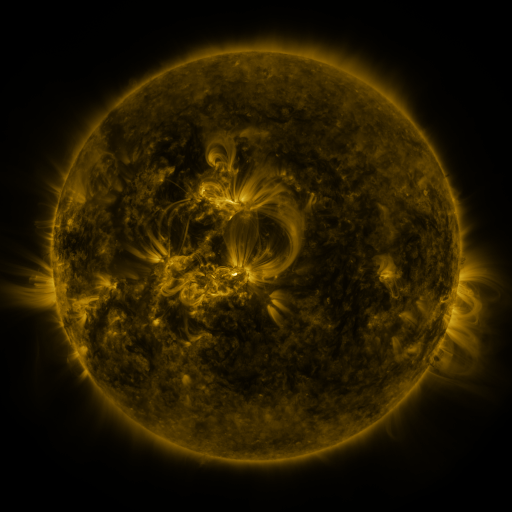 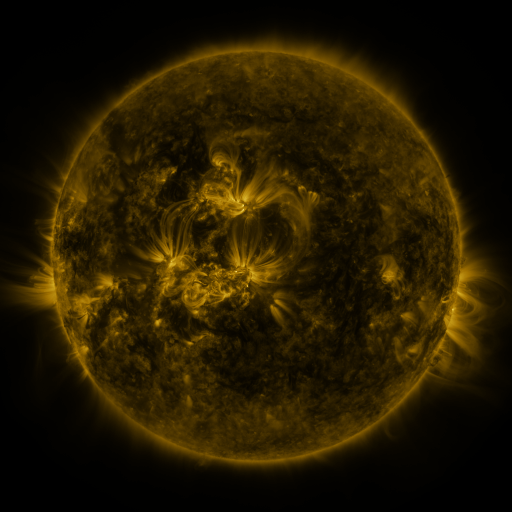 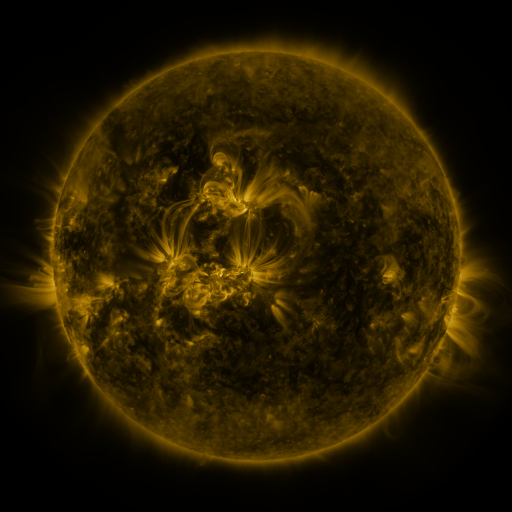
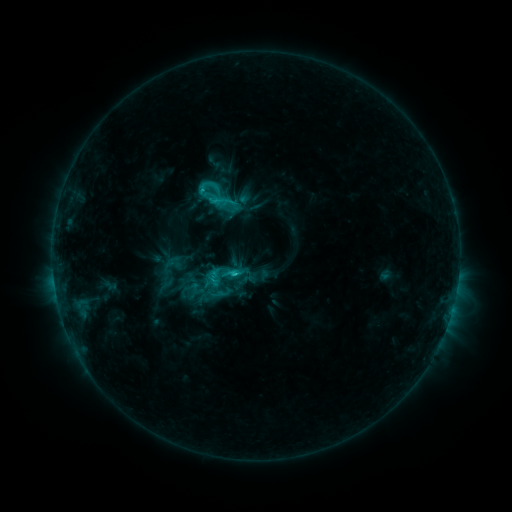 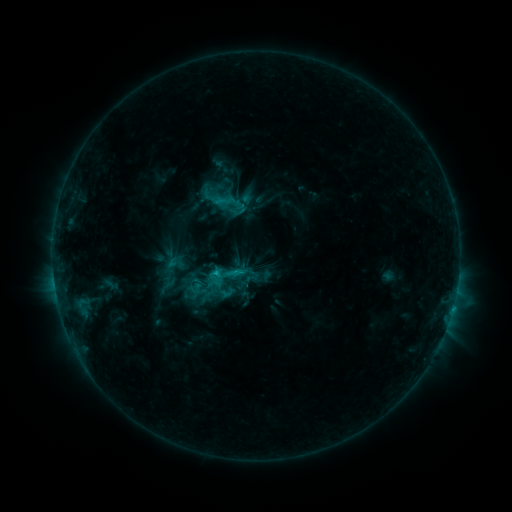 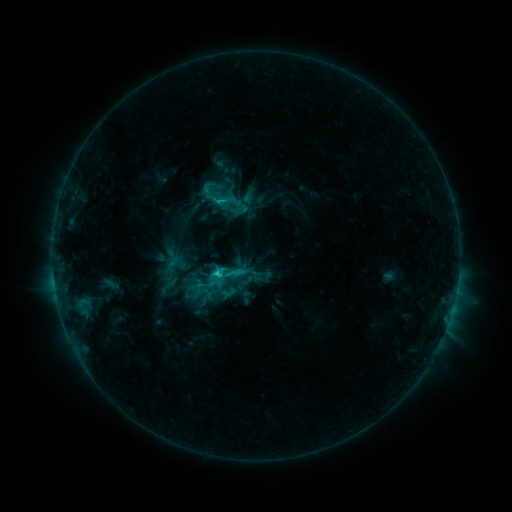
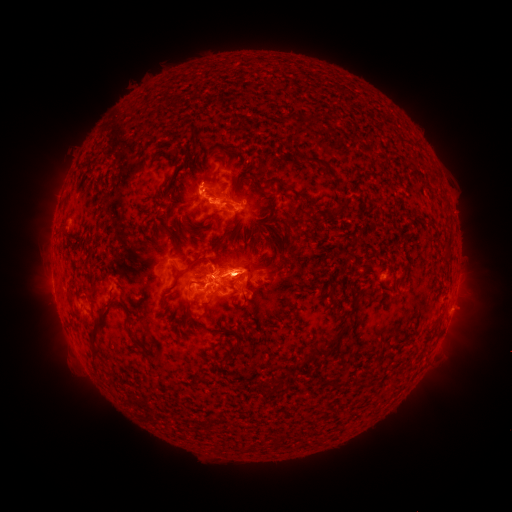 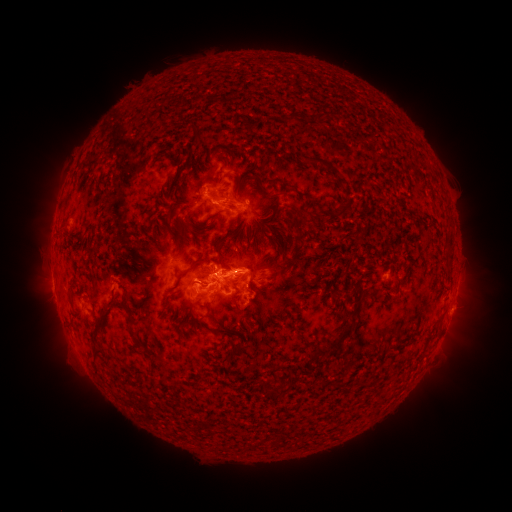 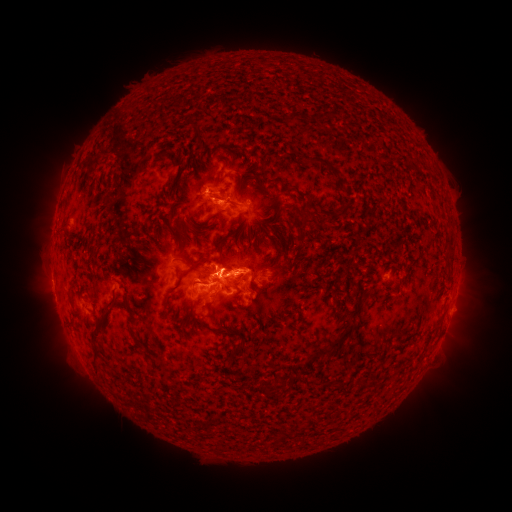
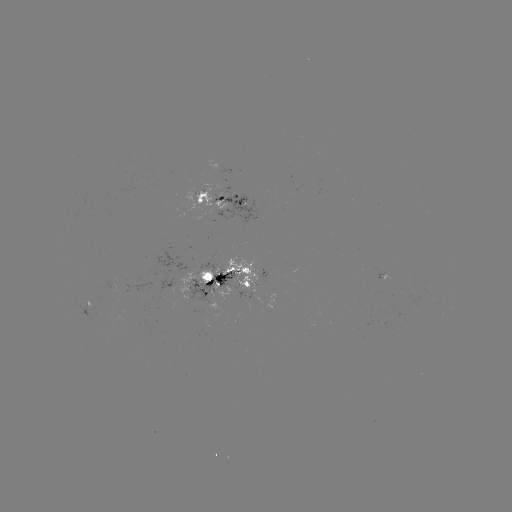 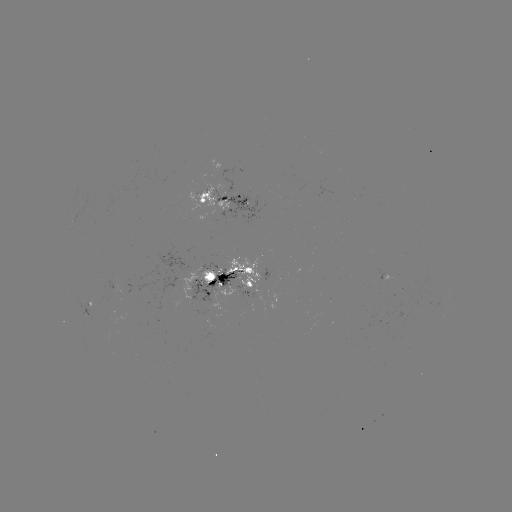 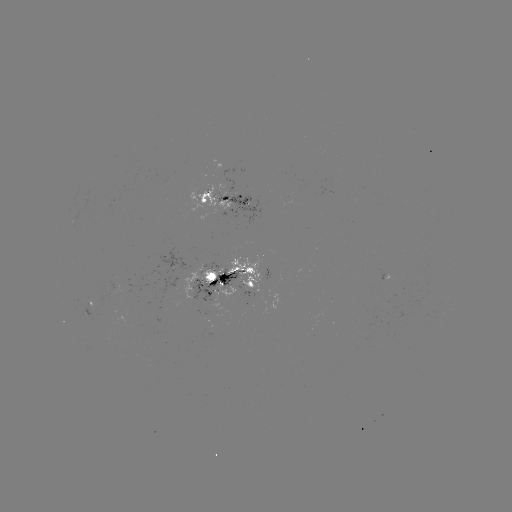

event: emerging-flux region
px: (230, 205)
